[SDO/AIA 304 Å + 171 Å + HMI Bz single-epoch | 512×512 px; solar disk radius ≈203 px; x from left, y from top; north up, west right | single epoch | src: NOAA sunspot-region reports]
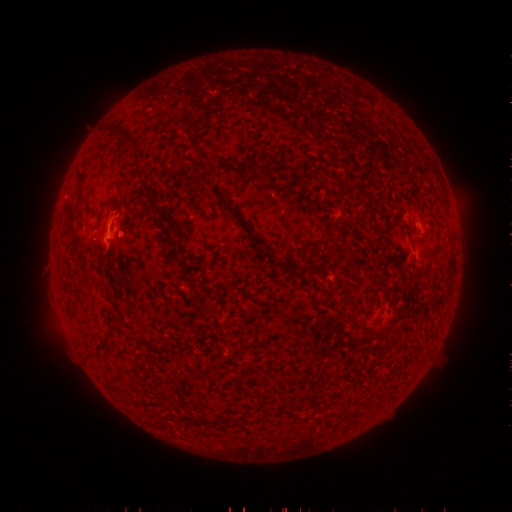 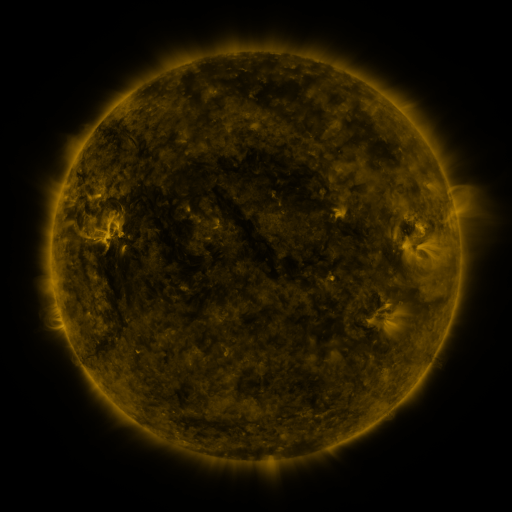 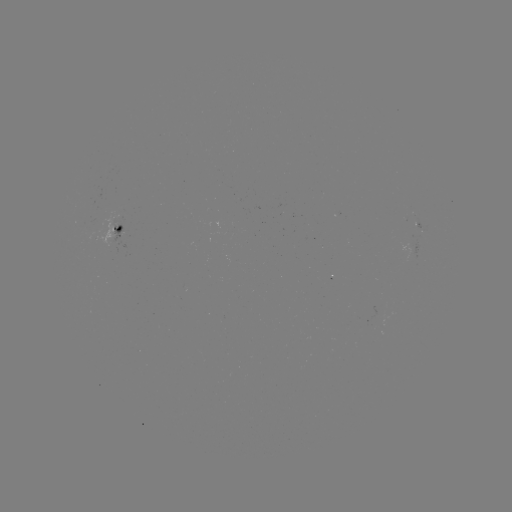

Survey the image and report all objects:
spotted active region: (118, 227)
